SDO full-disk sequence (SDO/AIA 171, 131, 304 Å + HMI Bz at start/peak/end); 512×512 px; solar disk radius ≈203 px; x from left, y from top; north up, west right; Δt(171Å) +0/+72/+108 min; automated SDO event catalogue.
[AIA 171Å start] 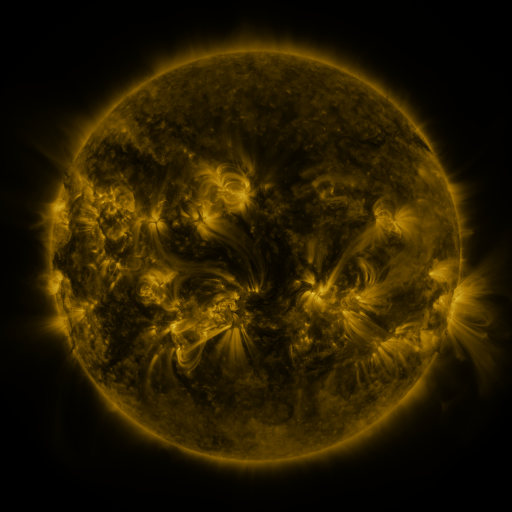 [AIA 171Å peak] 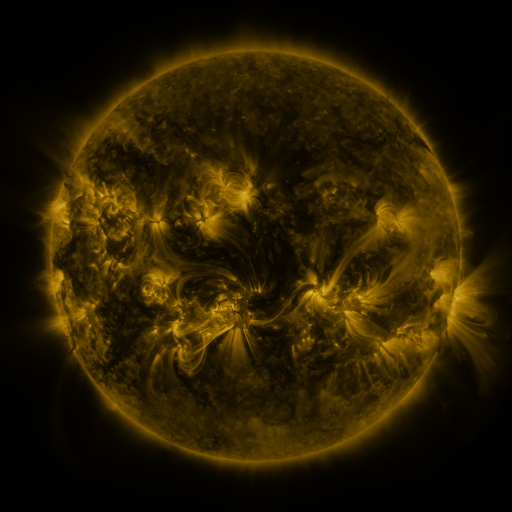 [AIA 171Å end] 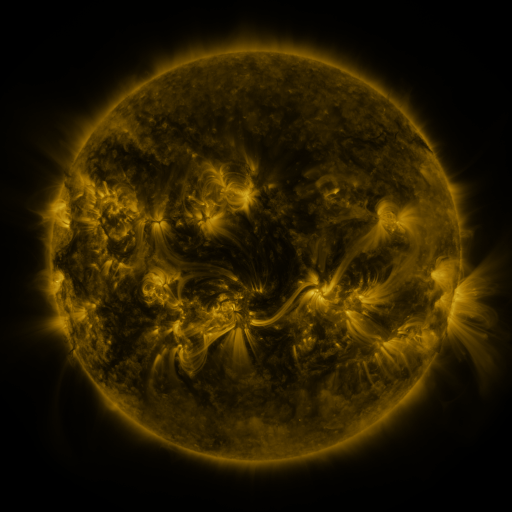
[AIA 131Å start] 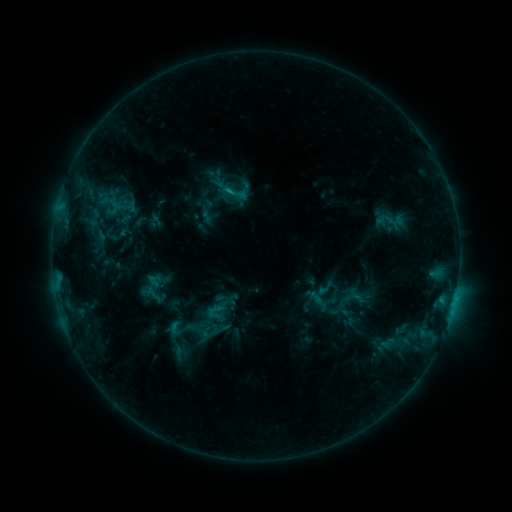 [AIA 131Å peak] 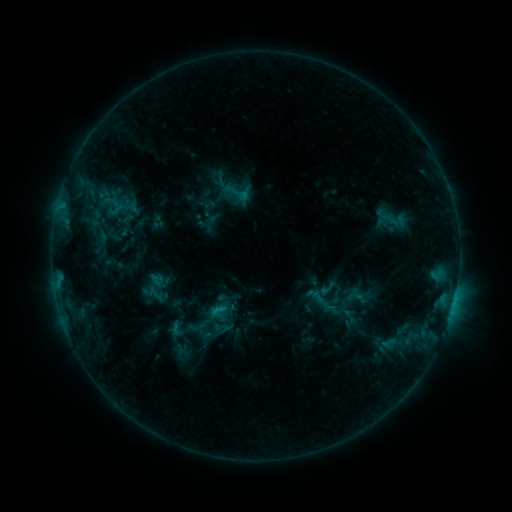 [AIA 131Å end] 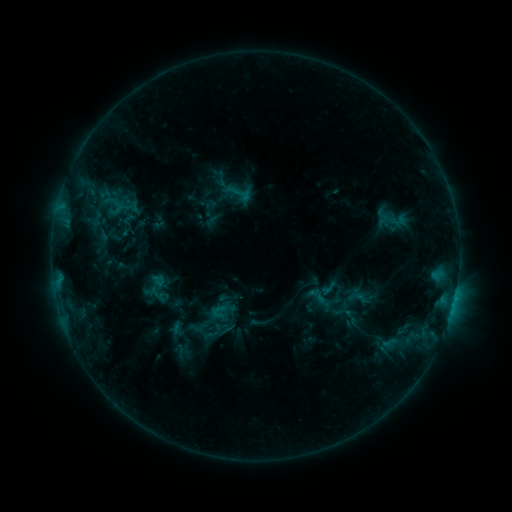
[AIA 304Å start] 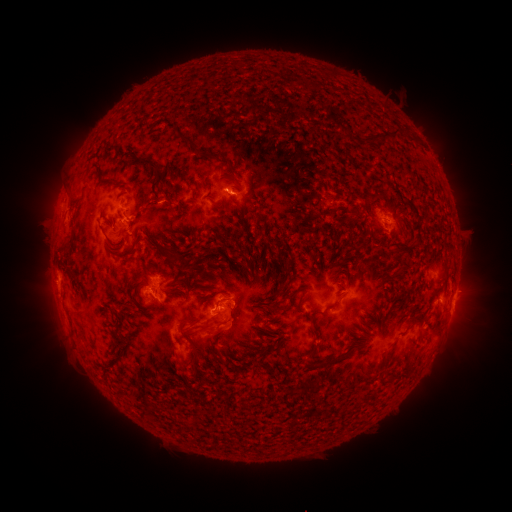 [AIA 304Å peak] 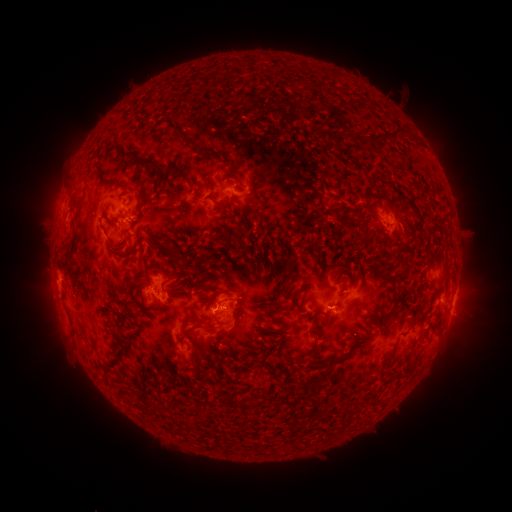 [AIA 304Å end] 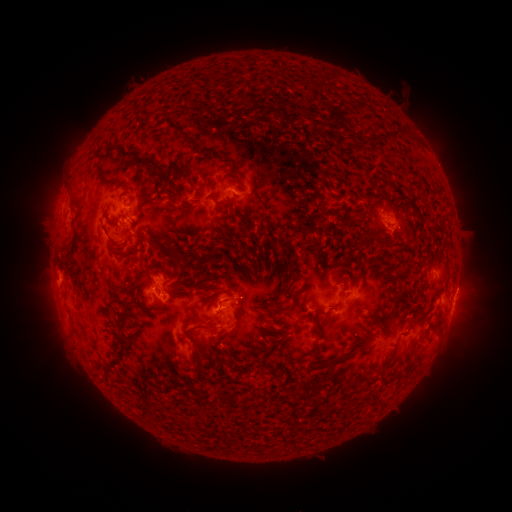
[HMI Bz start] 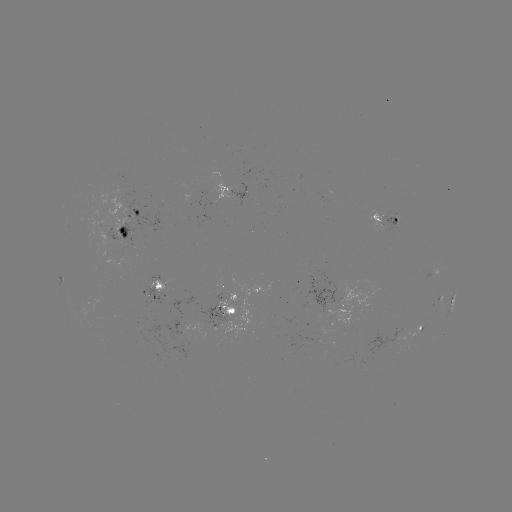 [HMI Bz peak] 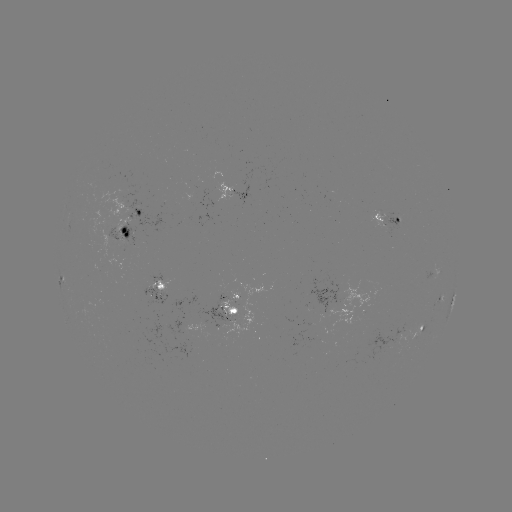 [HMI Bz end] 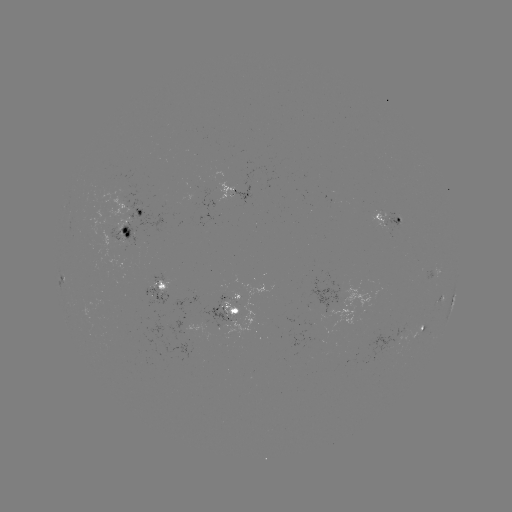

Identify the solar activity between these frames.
emerging-flux region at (118, 229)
